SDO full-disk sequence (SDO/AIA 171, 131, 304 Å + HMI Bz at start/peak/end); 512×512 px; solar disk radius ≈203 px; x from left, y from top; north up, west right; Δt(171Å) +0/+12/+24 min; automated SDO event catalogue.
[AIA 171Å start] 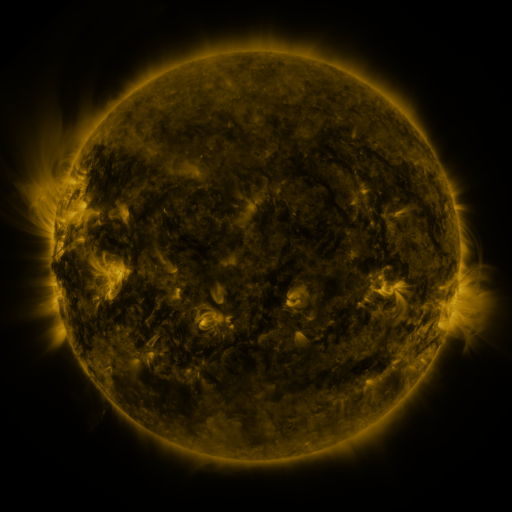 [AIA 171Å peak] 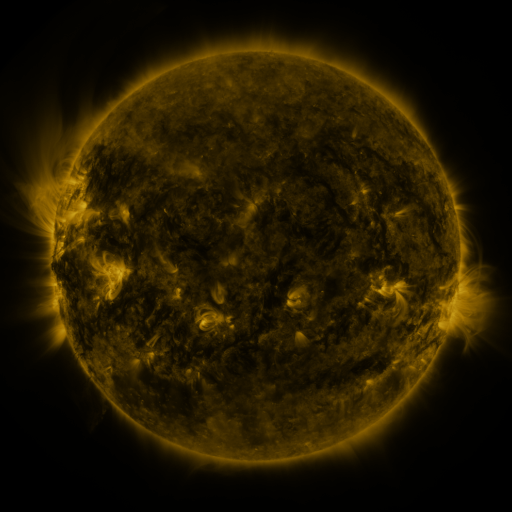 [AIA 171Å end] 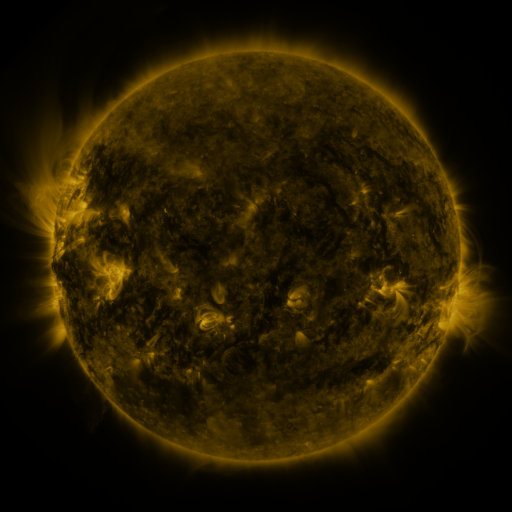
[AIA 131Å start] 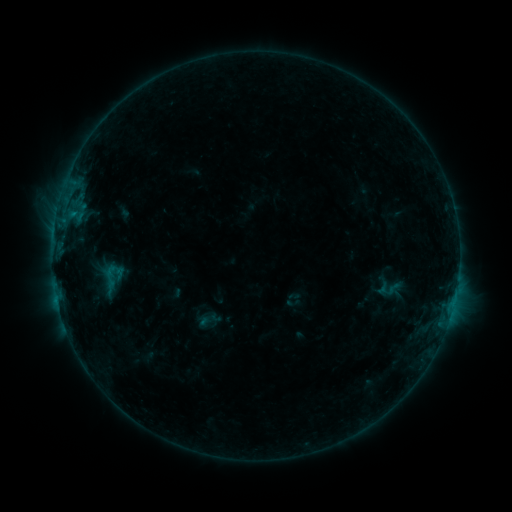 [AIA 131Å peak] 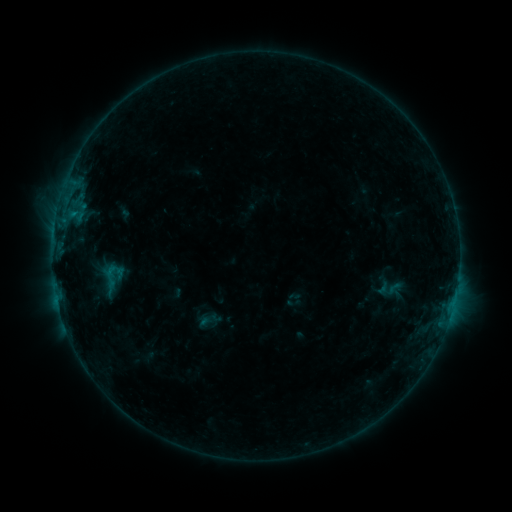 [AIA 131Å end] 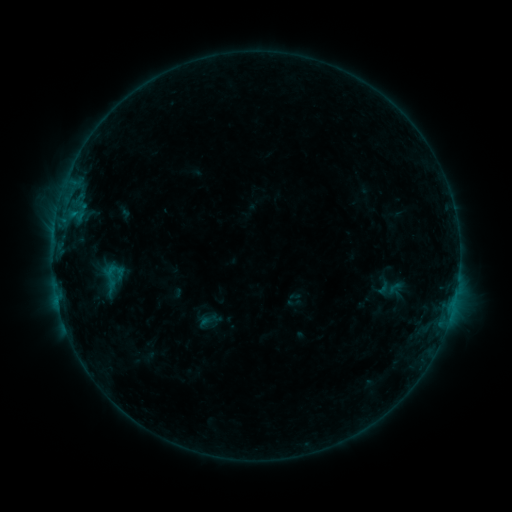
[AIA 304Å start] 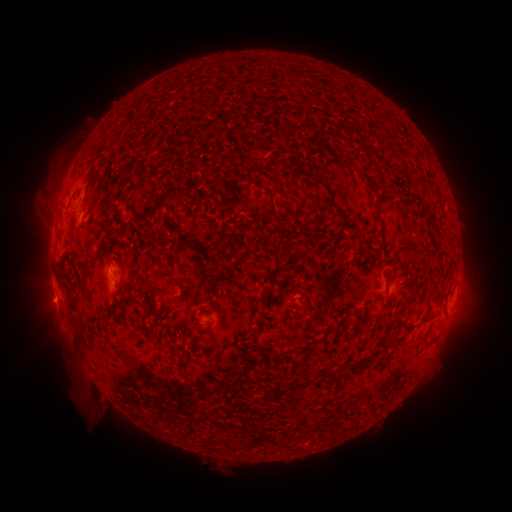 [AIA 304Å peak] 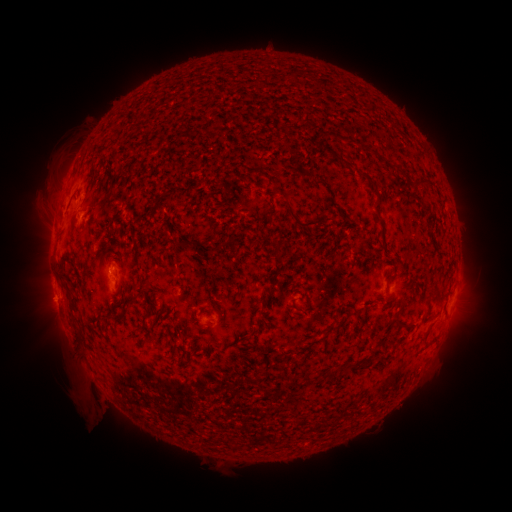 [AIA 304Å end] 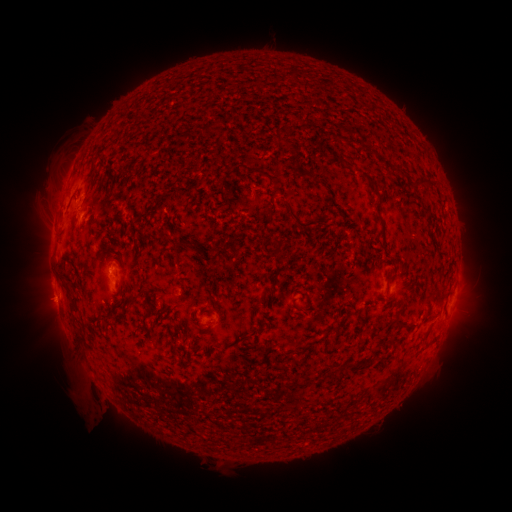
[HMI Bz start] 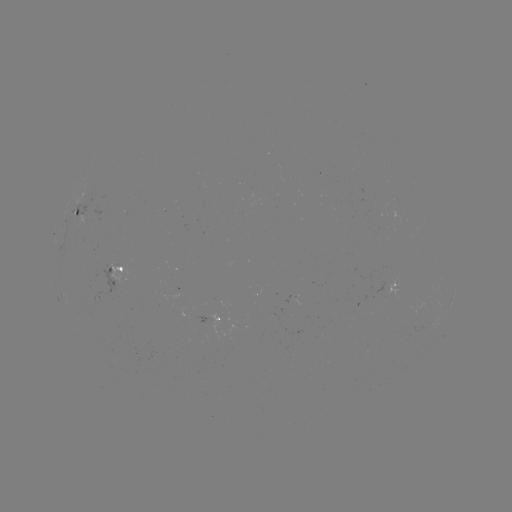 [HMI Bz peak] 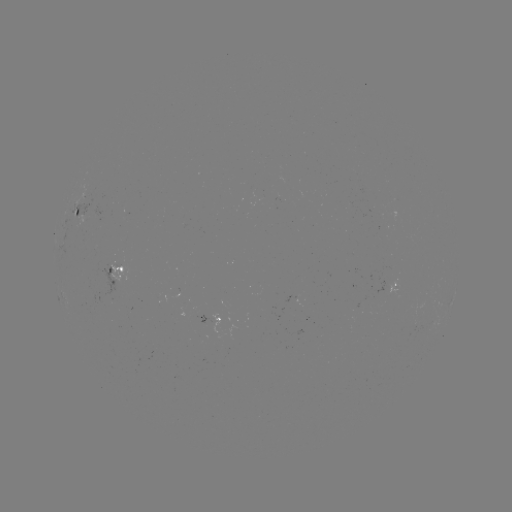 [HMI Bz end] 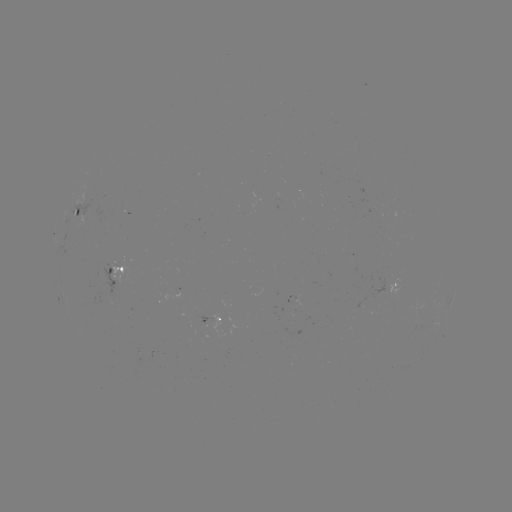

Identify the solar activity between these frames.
no catalogued flare and no flagged EUV brightening in this window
